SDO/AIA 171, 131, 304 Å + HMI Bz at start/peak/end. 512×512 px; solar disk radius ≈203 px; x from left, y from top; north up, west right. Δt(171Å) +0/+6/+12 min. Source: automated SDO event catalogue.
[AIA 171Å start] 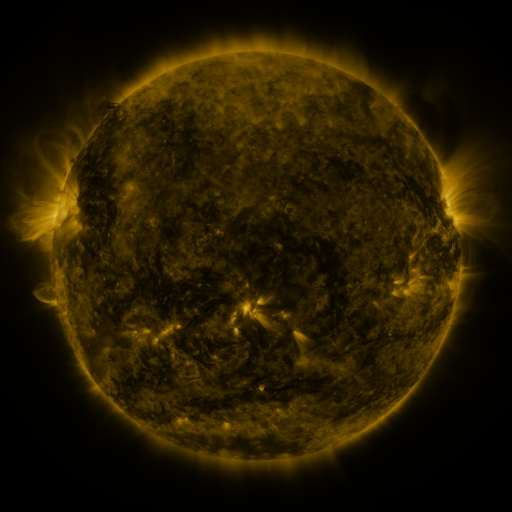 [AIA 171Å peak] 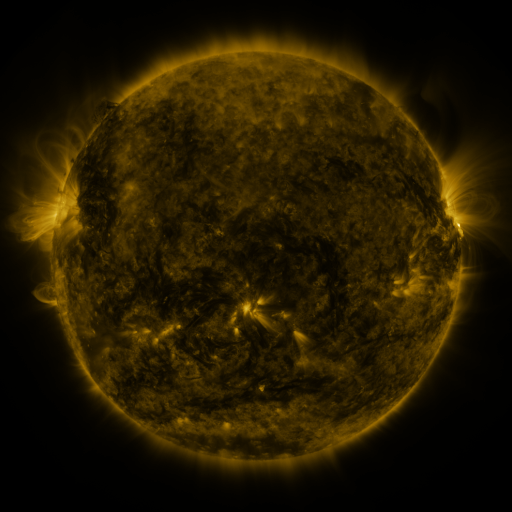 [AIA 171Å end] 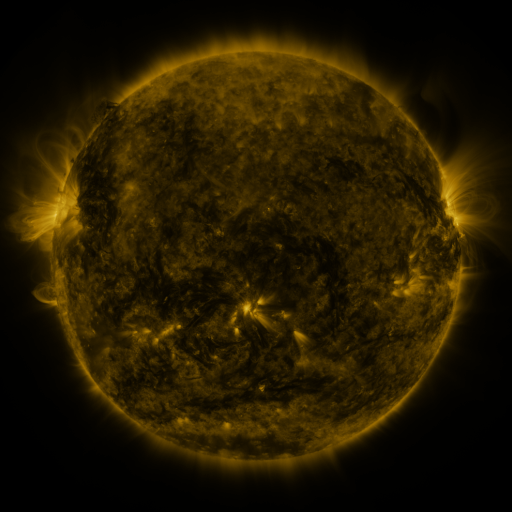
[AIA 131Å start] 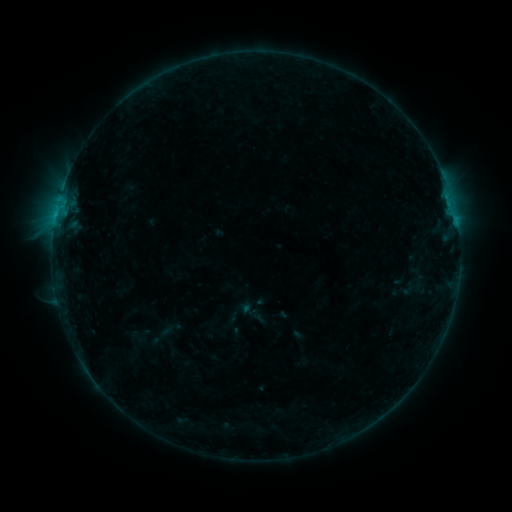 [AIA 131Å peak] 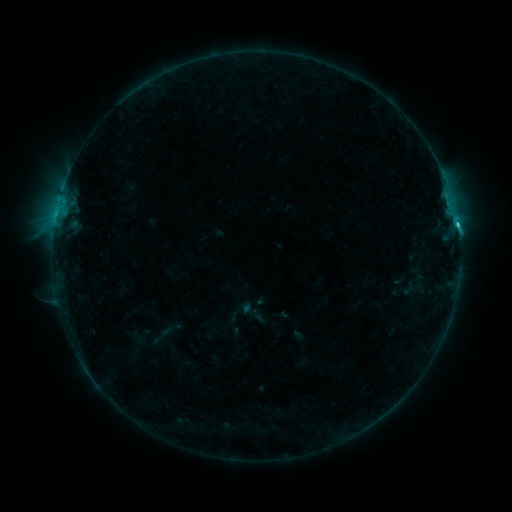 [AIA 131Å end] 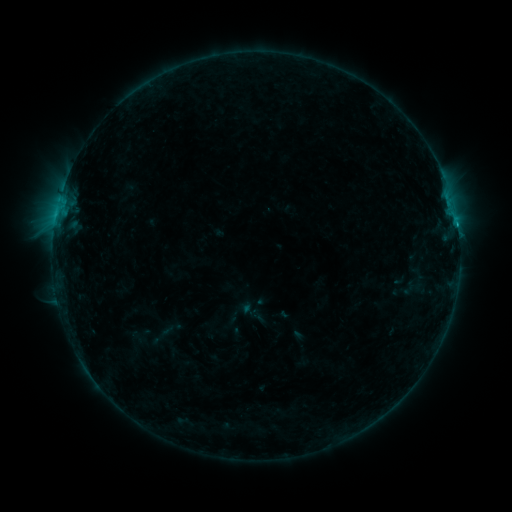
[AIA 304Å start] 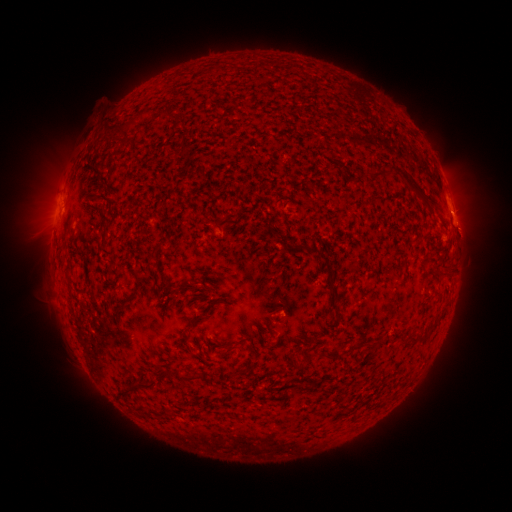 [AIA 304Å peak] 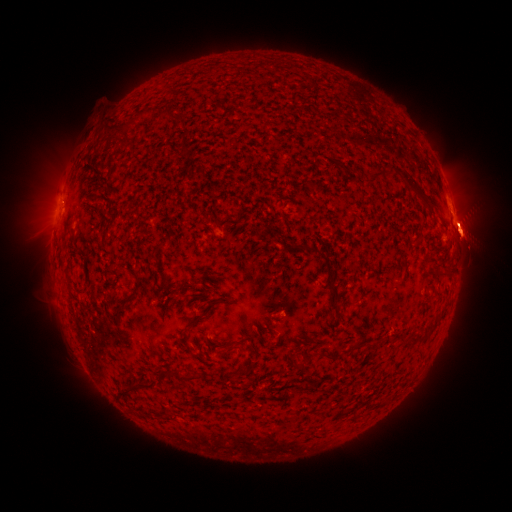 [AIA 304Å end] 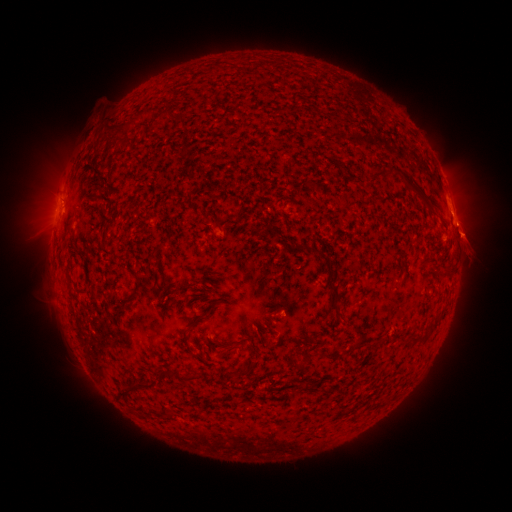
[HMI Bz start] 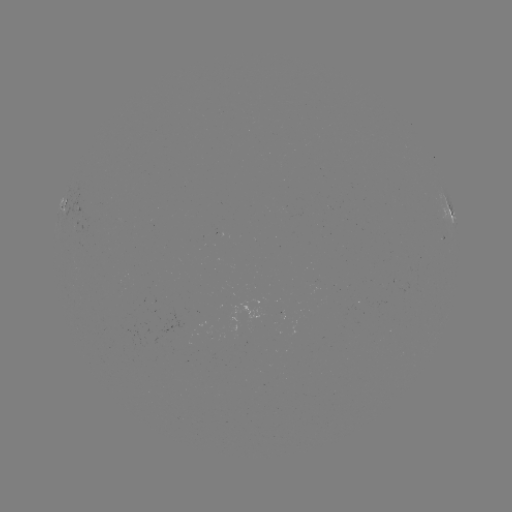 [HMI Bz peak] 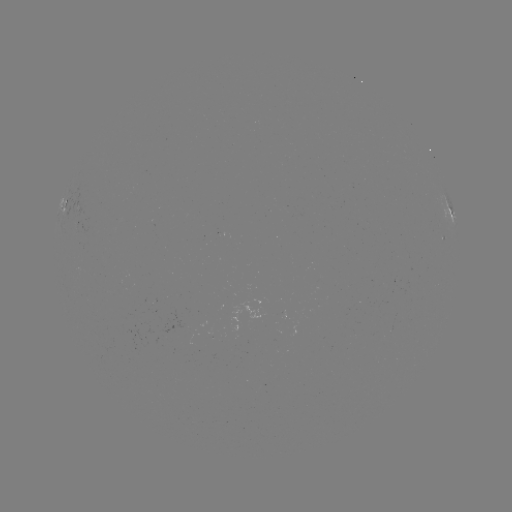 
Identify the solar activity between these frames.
eruption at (468, 229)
